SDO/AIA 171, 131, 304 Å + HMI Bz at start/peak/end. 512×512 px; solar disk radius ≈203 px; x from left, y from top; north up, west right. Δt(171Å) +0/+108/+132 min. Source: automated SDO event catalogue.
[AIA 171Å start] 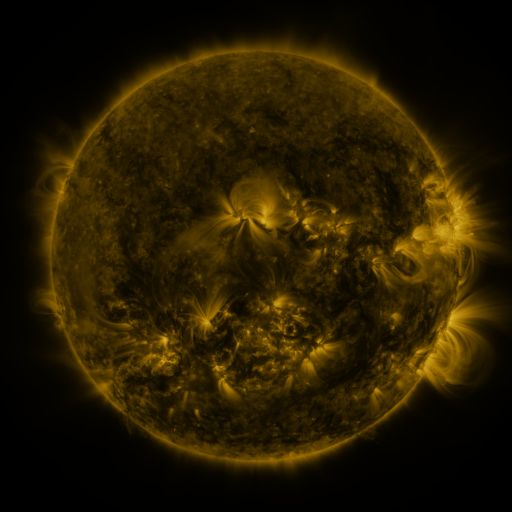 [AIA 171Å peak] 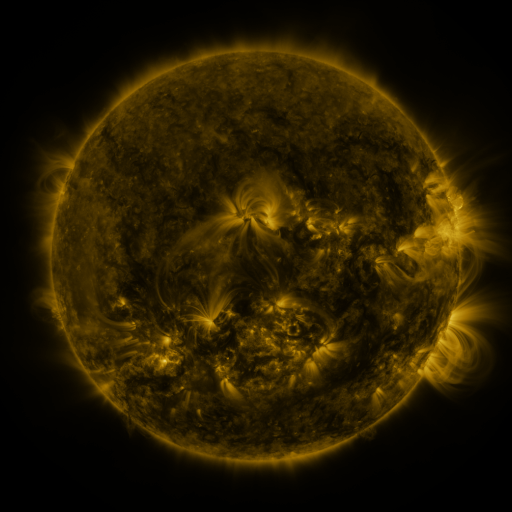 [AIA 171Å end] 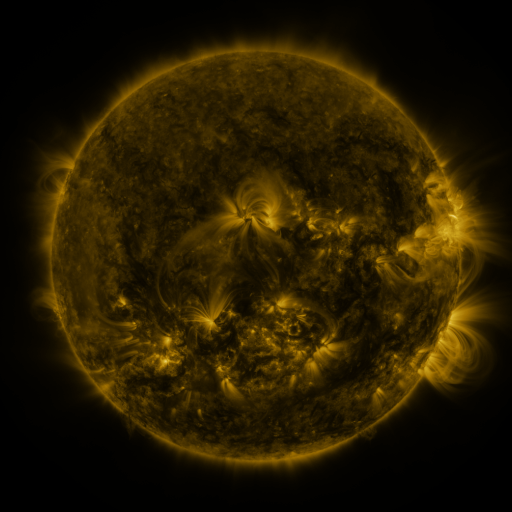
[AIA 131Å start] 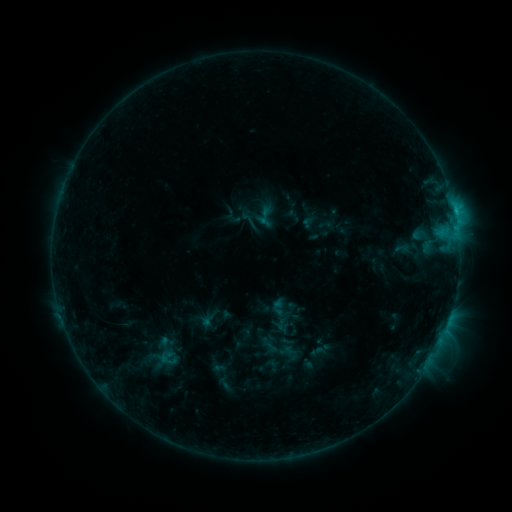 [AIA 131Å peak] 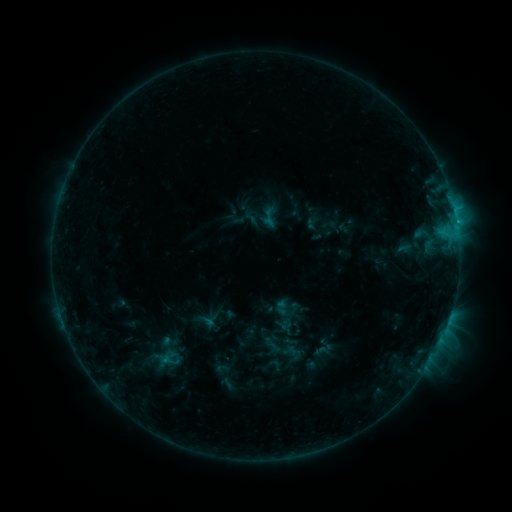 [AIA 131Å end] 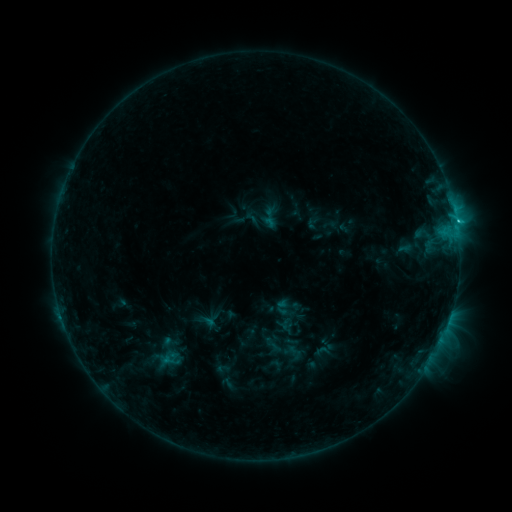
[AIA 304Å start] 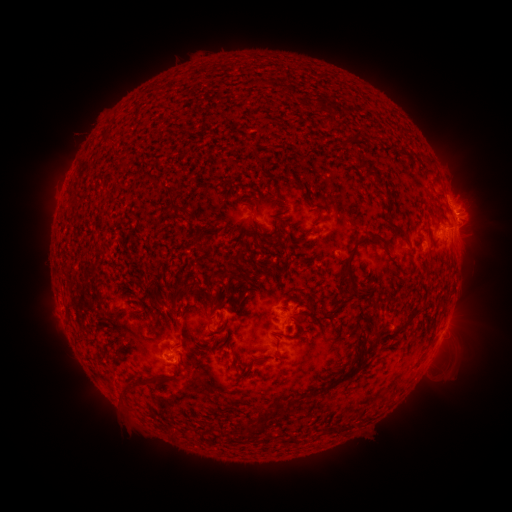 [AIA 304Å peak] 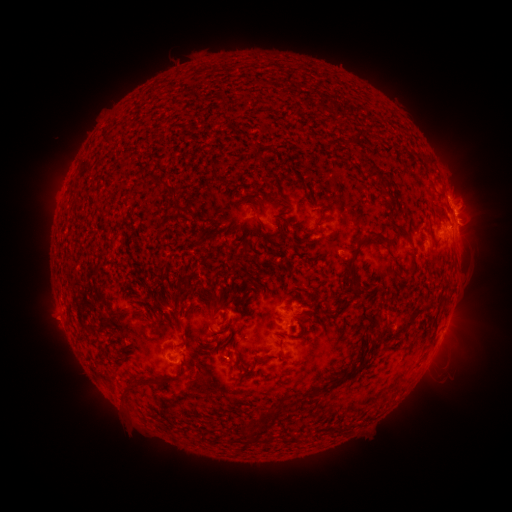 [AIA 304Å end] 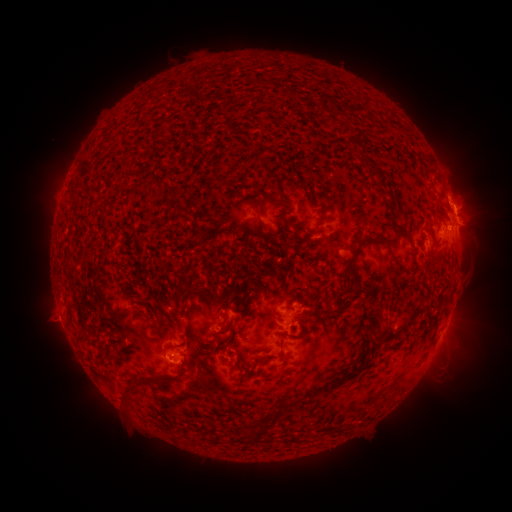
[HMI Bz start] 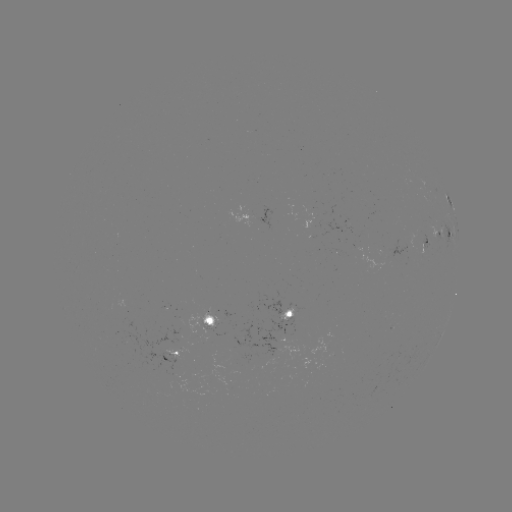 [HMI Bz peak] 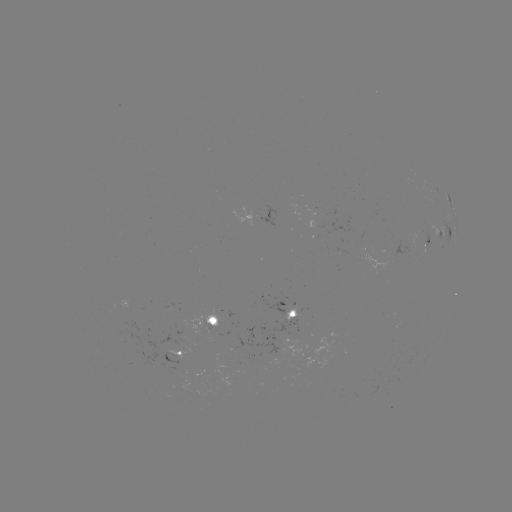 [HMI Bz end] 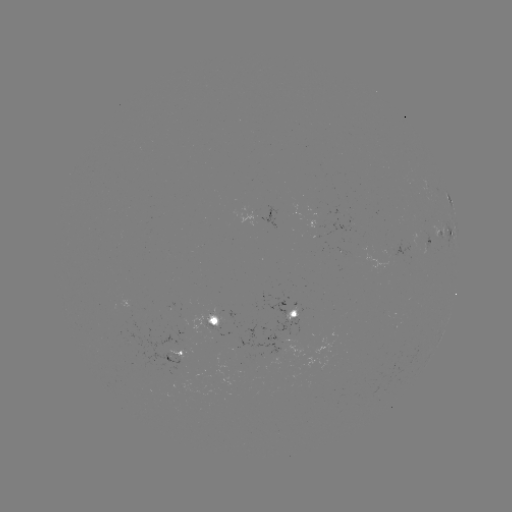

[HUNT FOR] emerging-flux region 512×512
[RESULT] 394,249